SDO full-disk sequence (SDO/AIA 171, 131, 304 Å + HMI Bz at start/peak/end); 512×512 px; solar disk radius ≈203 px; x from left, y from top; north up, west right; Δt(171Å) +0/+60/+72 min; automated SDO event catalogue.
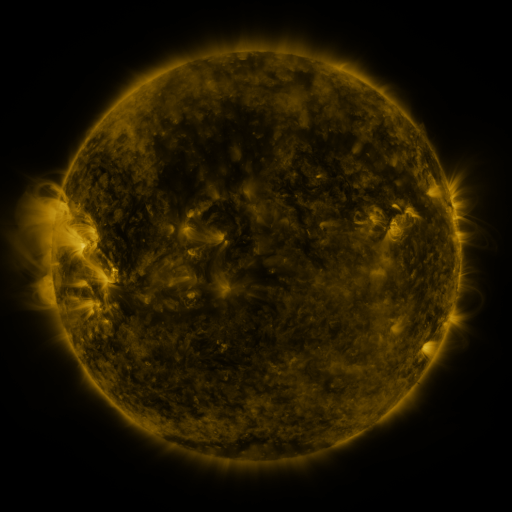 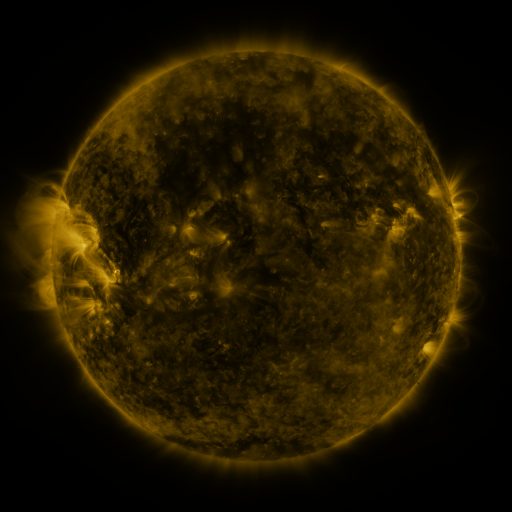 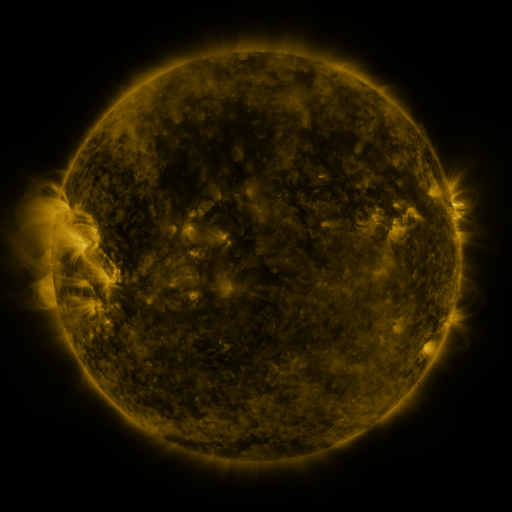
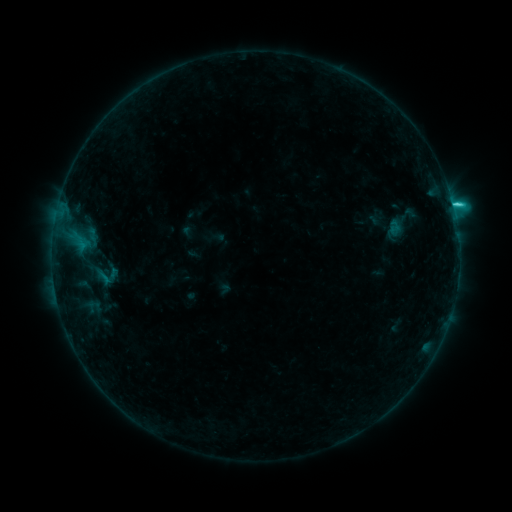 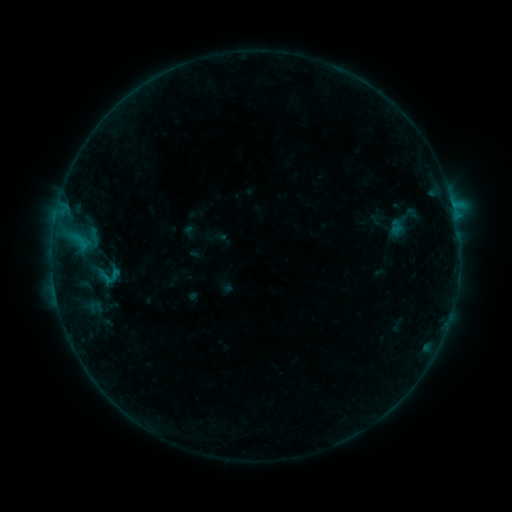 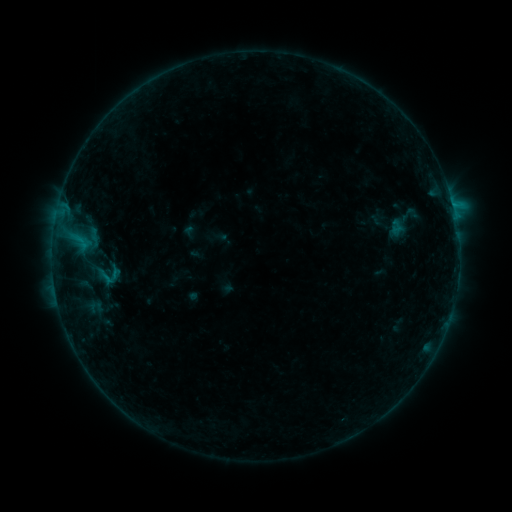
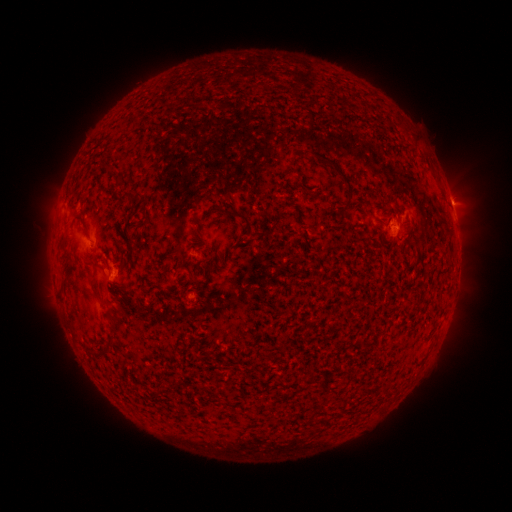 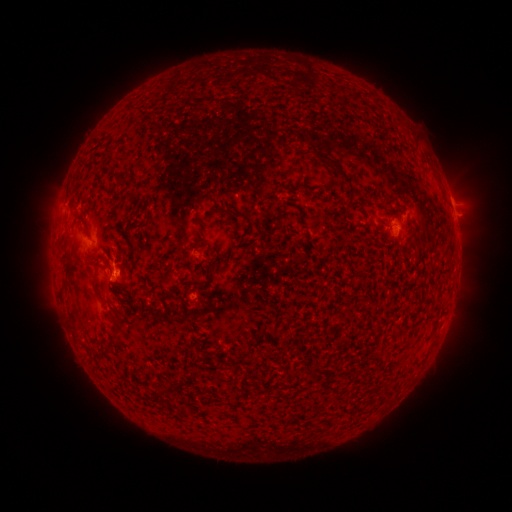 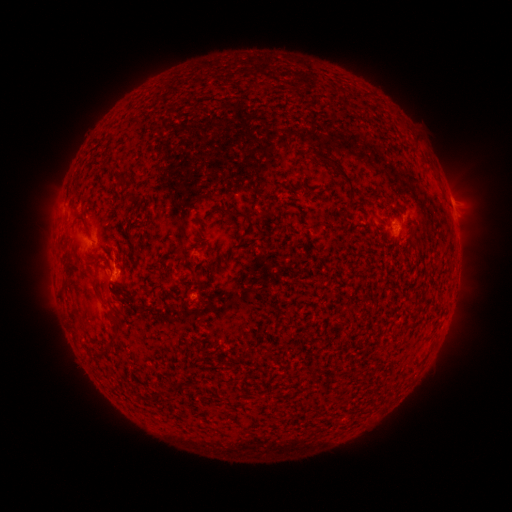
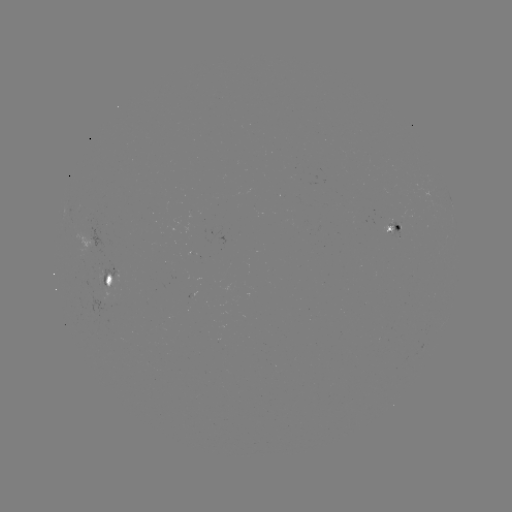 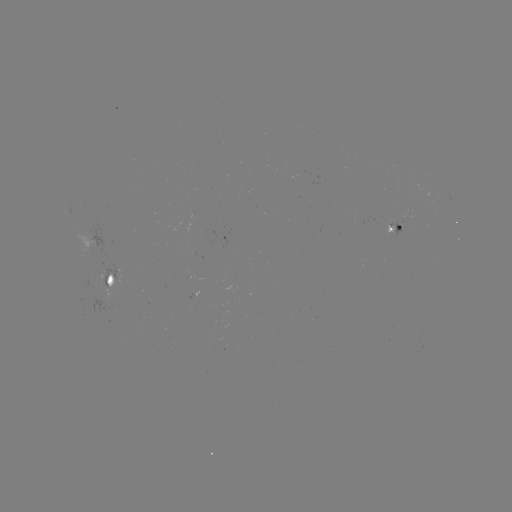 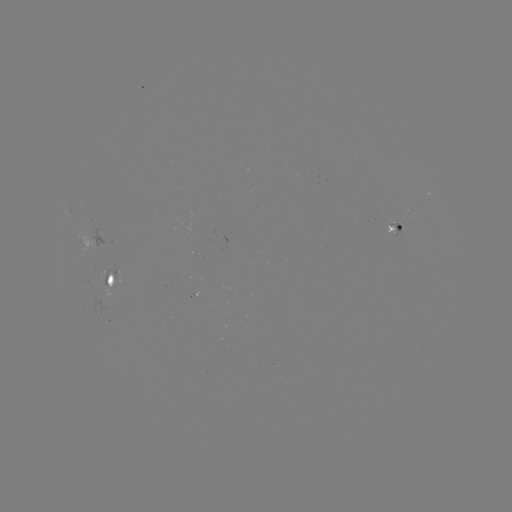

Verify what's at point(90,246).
emerging-flux region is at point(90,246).